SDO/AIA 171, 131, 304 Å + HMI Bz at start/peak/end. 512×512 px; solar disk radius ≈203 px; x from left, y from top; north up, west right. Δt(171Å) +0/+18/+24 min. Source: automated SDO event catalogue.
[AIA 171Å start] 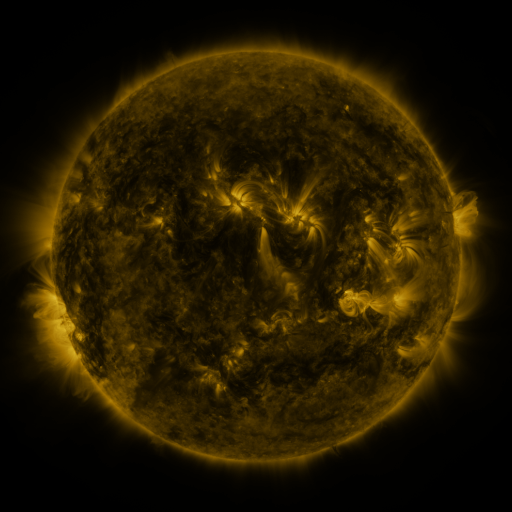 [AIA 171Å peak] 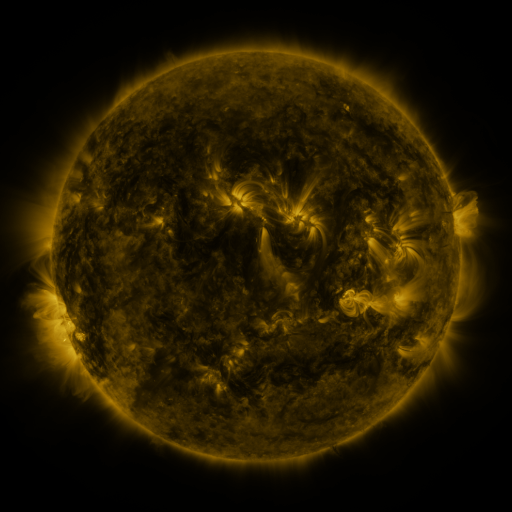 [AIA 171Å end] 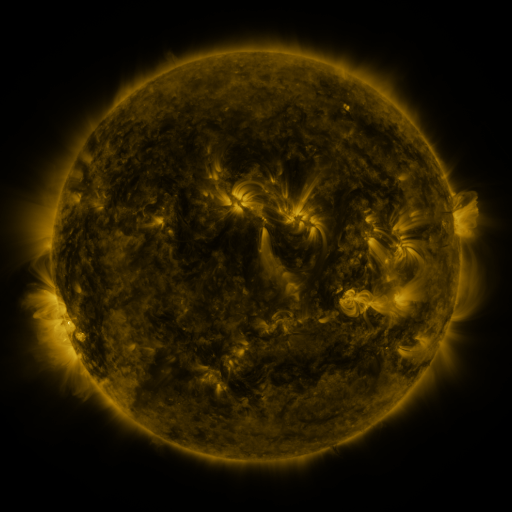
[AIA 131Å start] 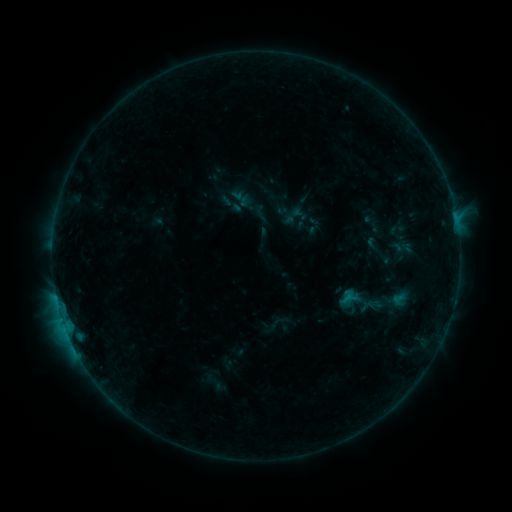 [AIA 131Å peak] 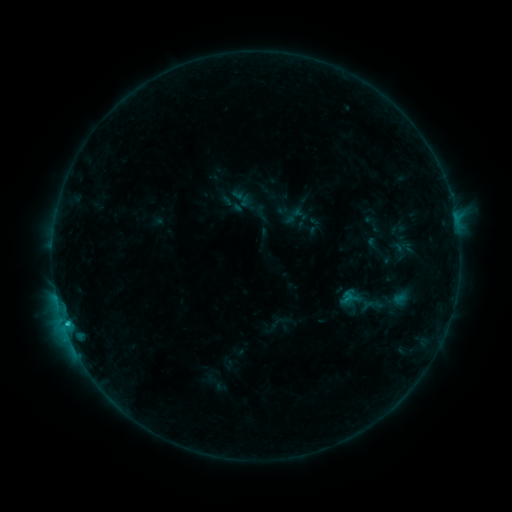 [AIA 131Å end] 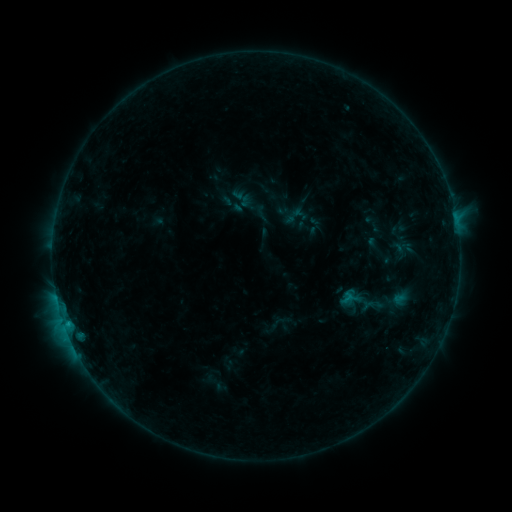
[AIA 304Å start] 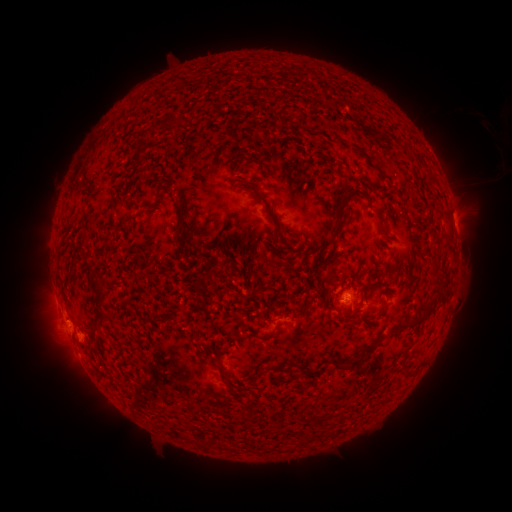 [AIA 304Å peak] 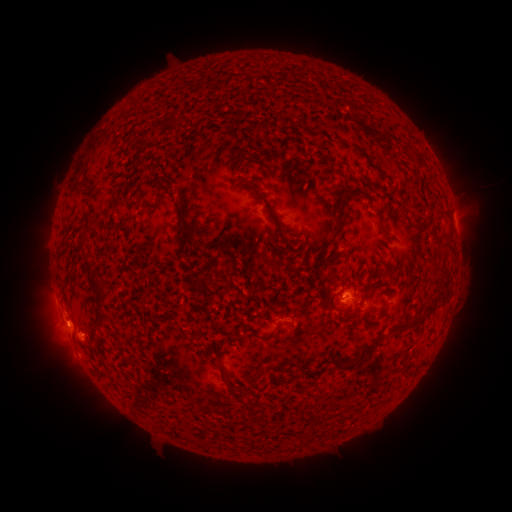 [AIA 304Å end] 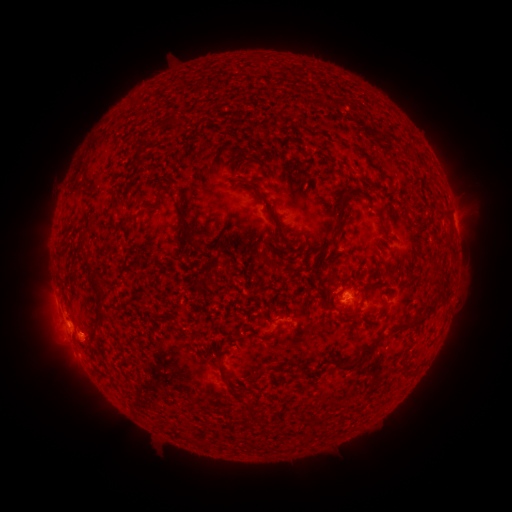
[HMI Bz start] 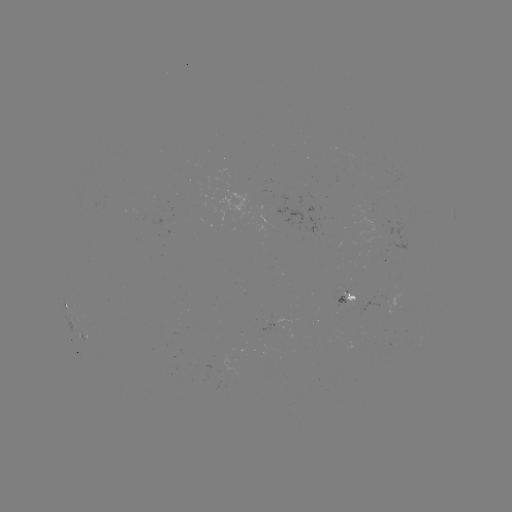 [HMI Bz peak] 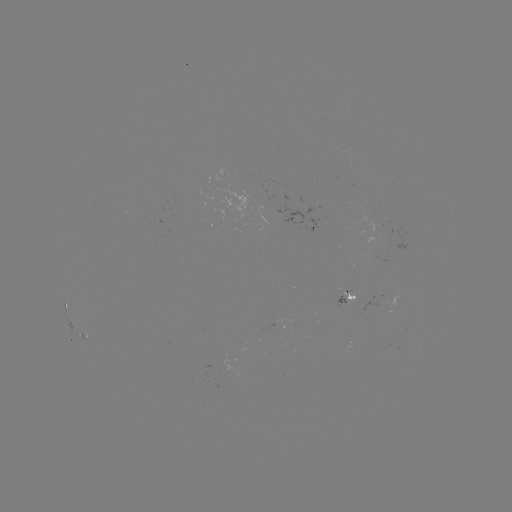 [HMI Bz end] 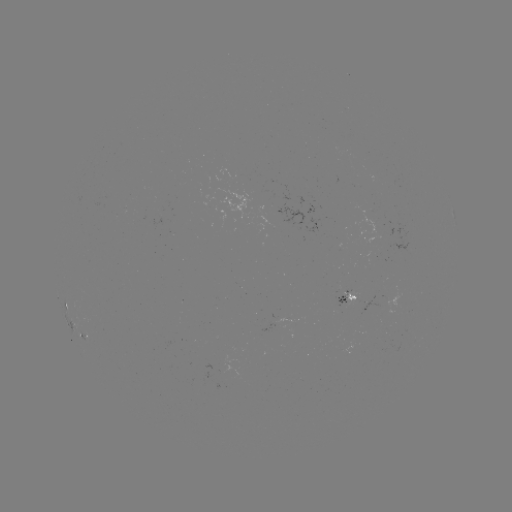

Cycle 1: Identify B9.7 flare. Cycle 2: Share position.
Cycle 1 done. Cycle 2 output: (67, 322).